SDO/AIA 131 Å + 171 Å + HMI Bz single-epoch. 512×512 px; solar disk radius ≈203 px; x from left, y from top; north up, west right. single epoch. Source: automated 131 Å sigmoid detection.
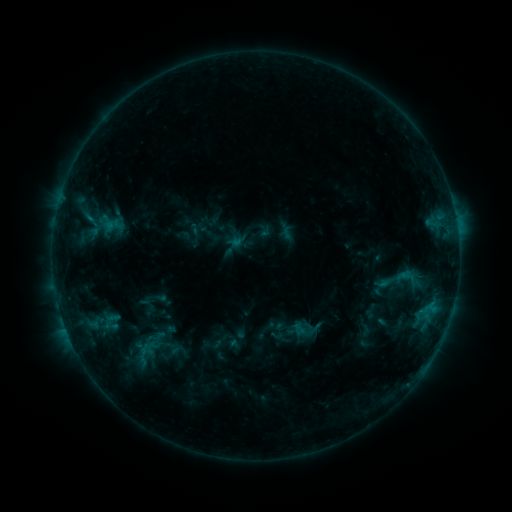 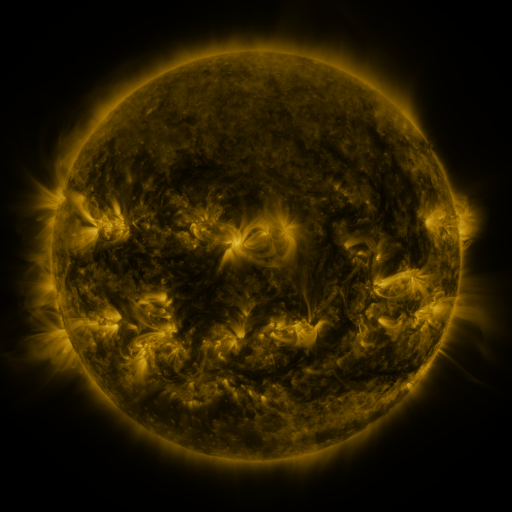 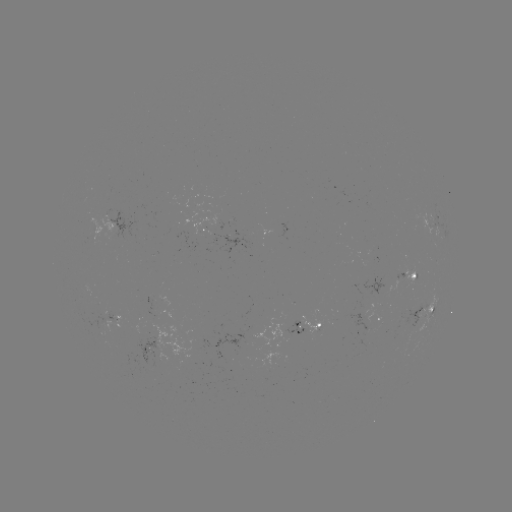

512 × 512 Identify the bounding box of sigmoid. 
[394, 264, 420, 291].